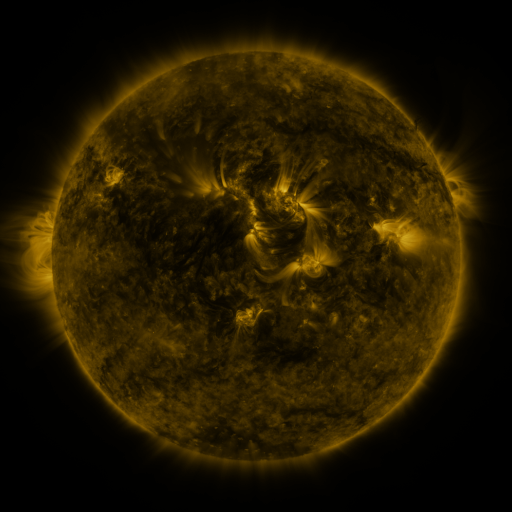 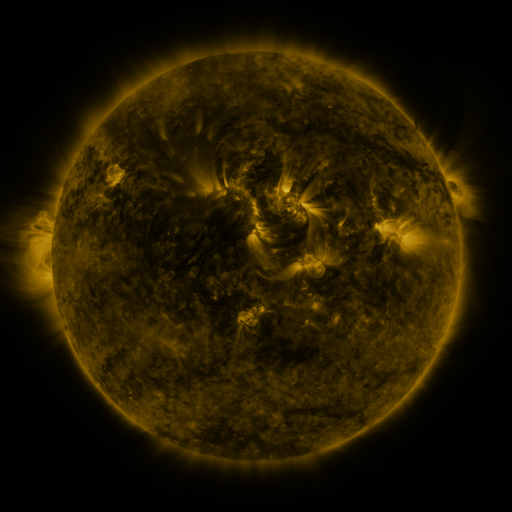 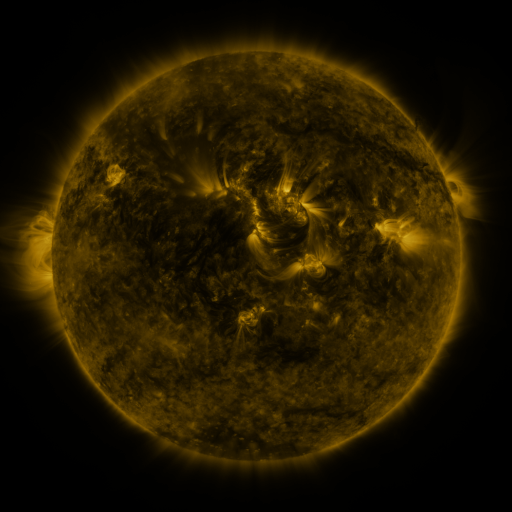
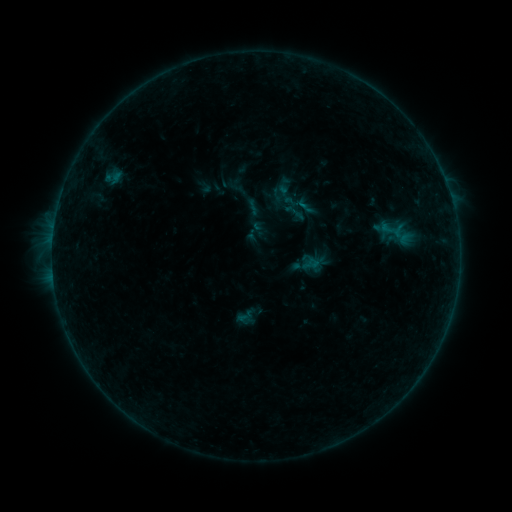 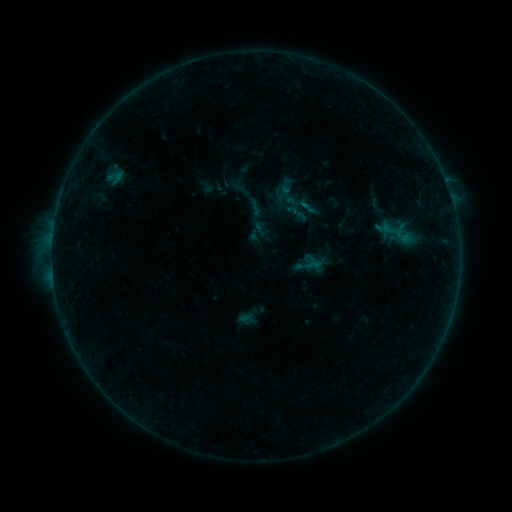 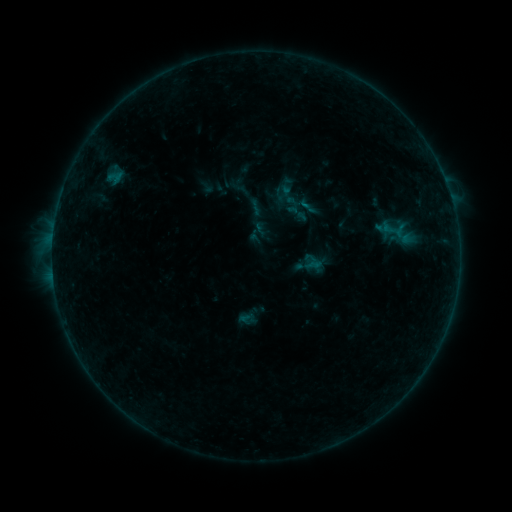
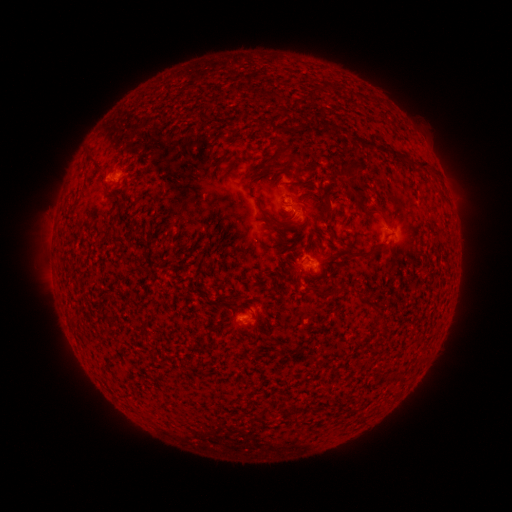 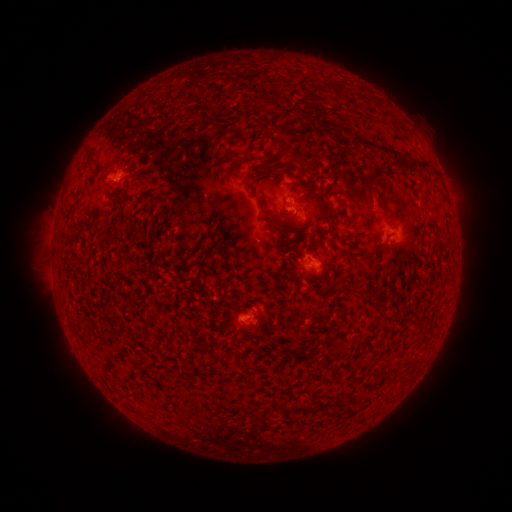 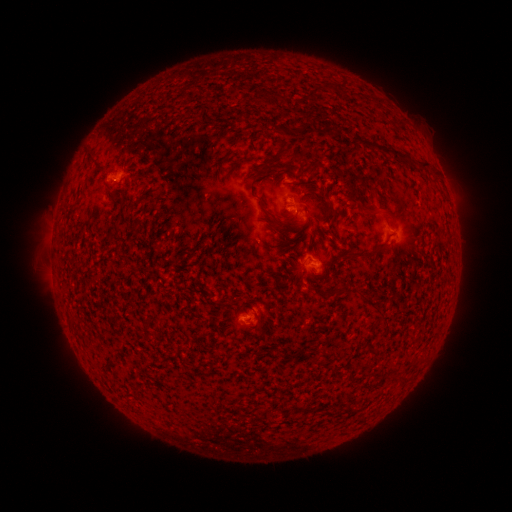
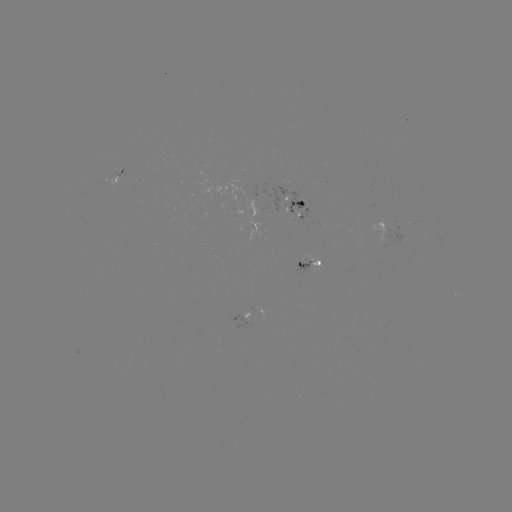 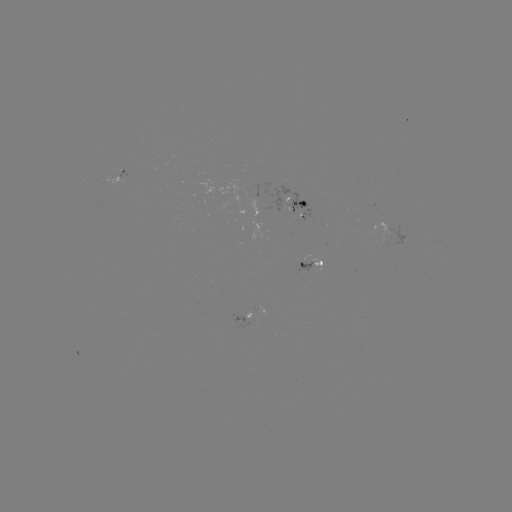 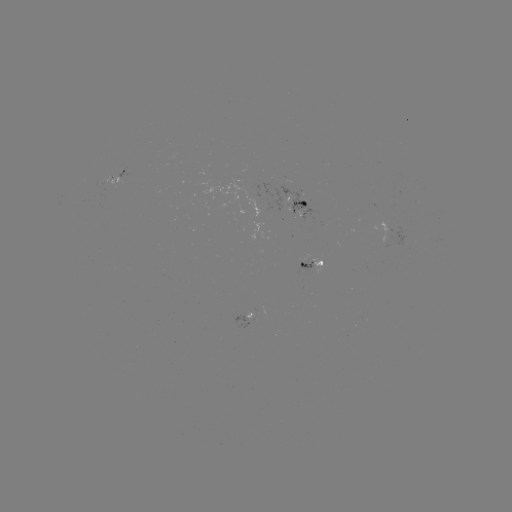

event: emerging-flux region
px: (306, 264)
